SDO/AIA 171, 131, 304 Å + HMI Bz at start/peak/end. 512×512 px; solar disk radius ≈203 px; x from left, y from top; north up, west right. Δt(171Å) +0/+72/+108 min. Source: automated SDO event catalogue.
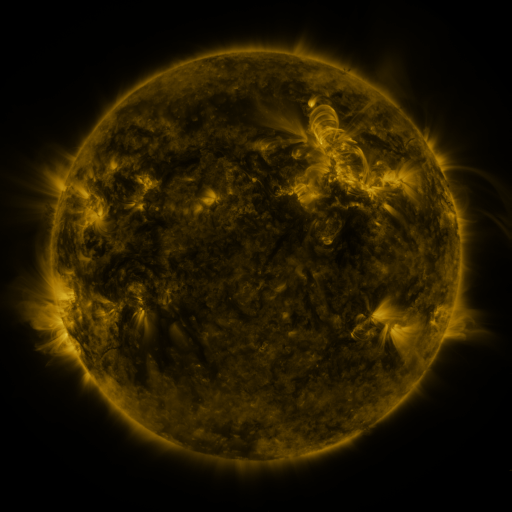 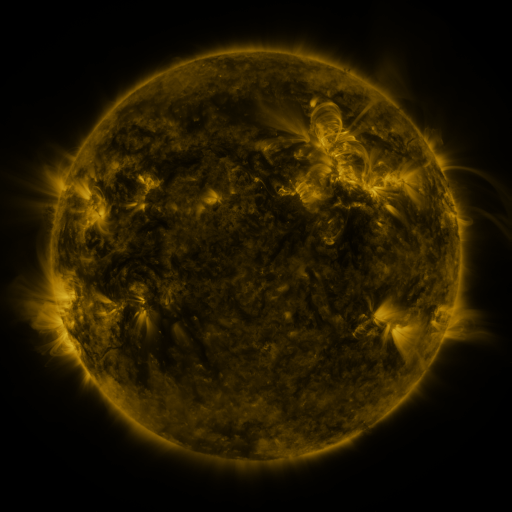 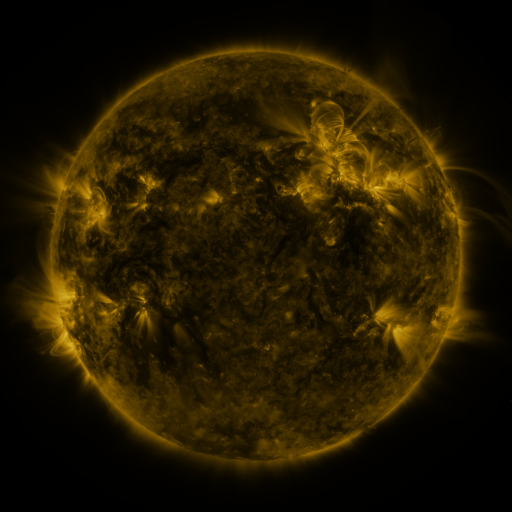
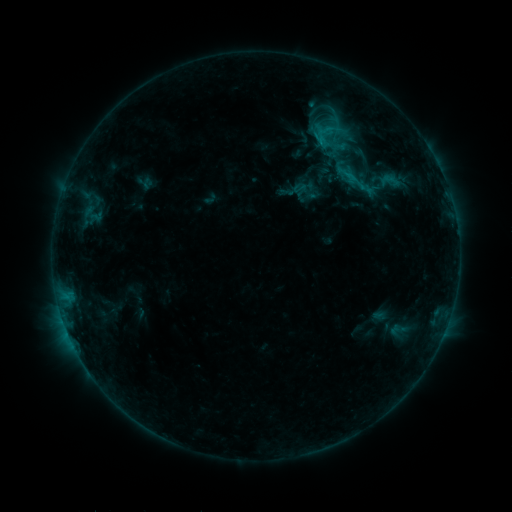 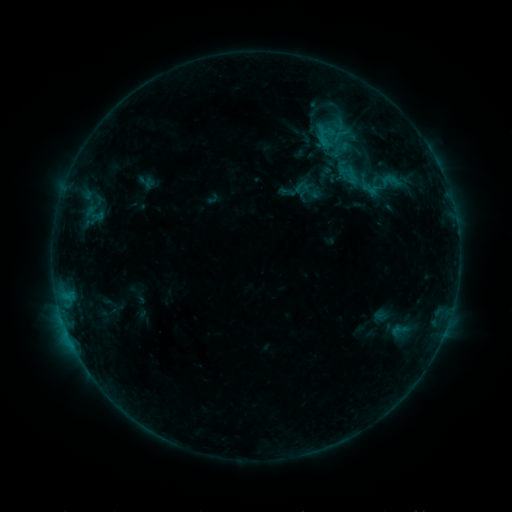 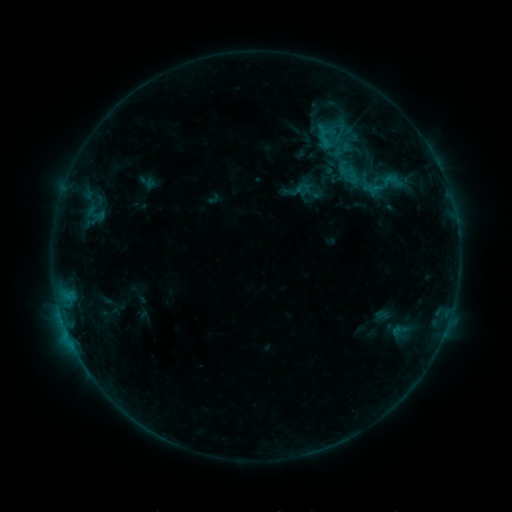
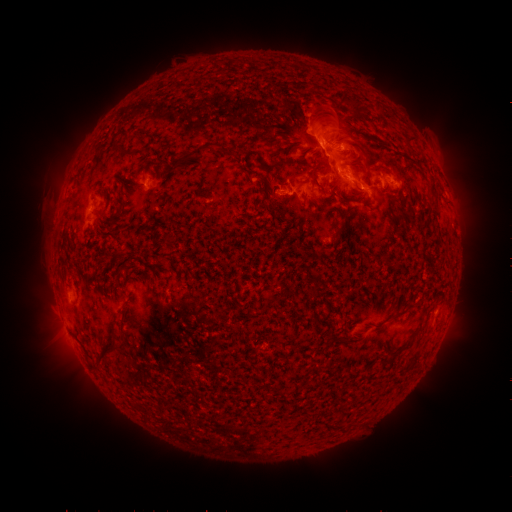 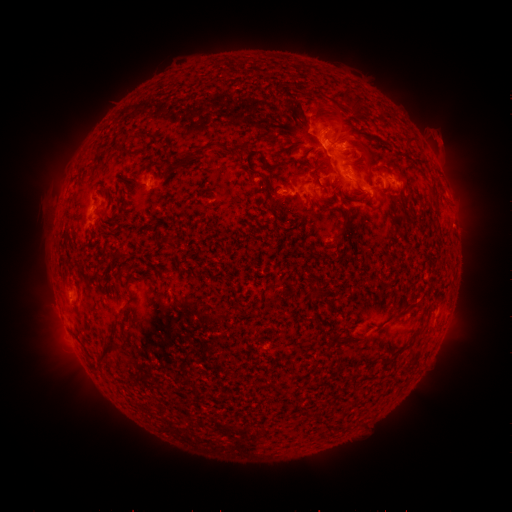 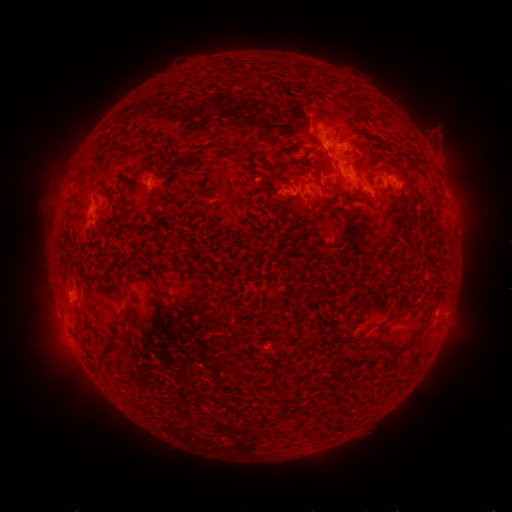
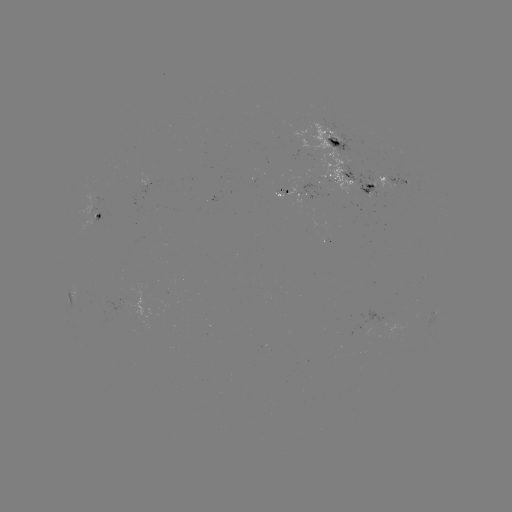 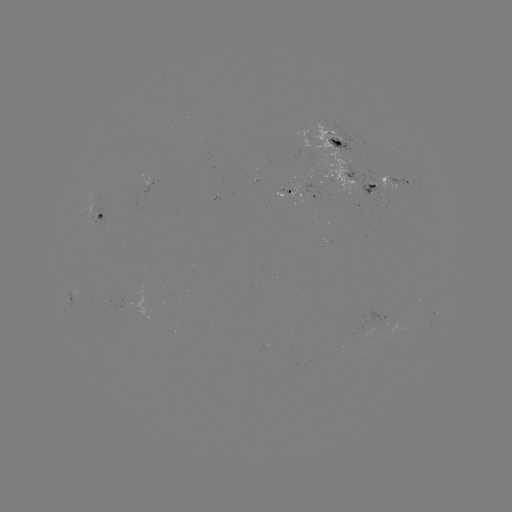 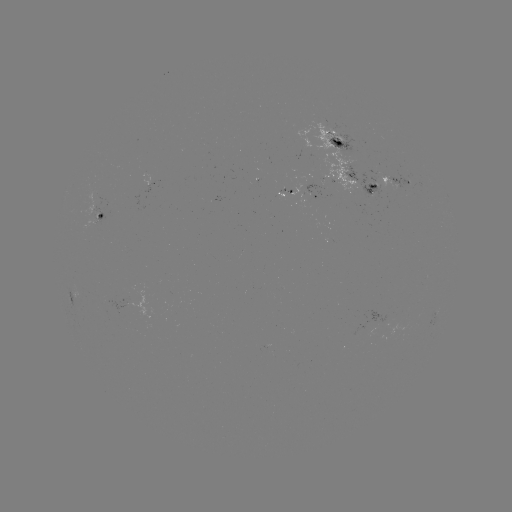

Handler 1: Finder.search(emerging-flux region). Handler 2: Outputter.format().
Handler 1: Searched emerging-flux region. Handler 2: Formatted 284,191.